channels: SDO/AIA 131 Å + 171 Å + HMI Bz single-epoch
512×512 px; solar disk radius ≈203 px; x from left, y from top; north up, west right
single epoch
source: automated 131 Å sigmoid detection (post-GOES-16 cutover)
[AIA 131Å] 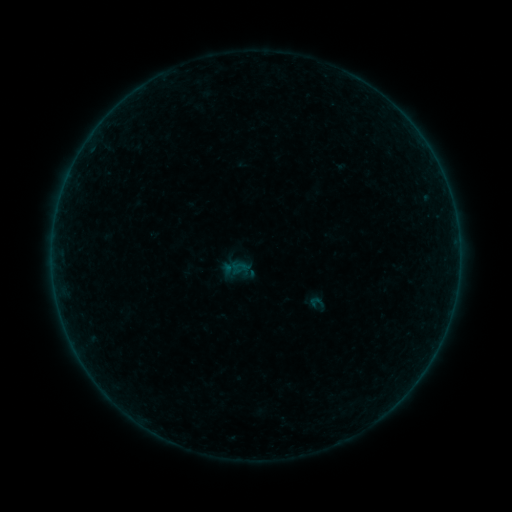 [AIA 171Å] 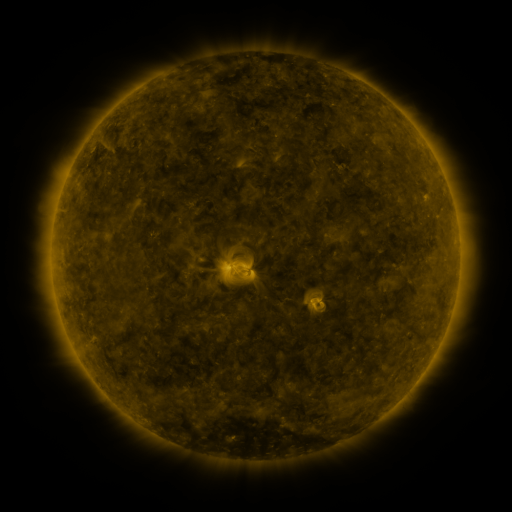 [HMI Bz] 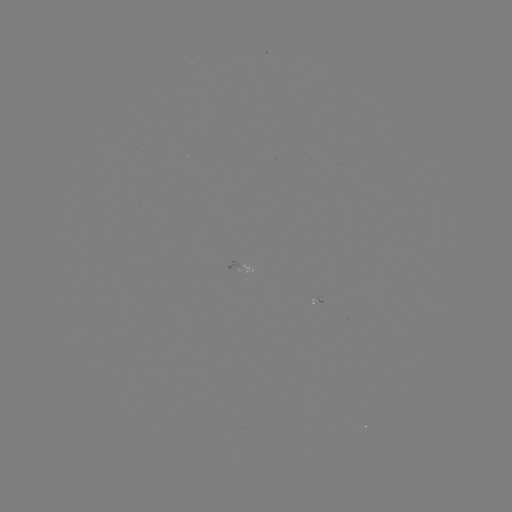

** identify sigmoid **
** [317, 302] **